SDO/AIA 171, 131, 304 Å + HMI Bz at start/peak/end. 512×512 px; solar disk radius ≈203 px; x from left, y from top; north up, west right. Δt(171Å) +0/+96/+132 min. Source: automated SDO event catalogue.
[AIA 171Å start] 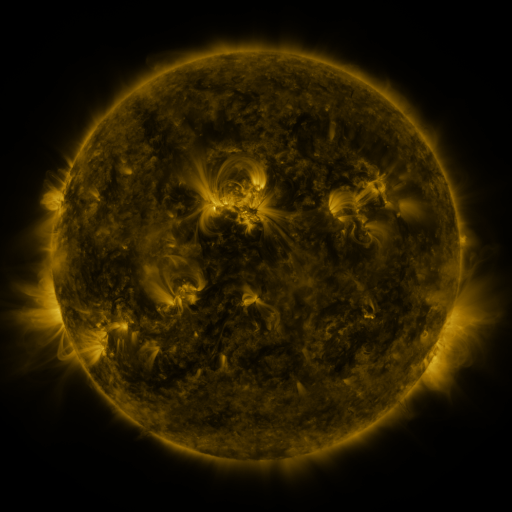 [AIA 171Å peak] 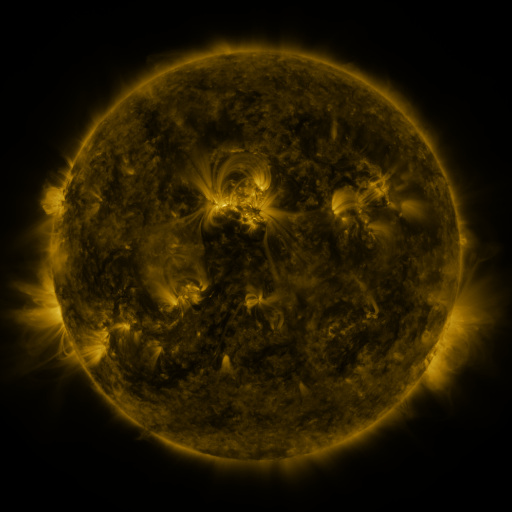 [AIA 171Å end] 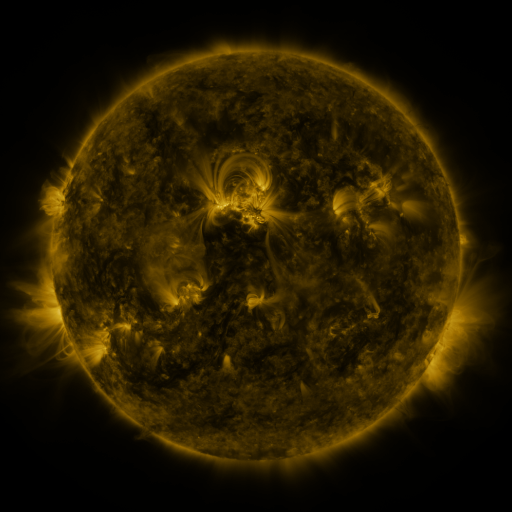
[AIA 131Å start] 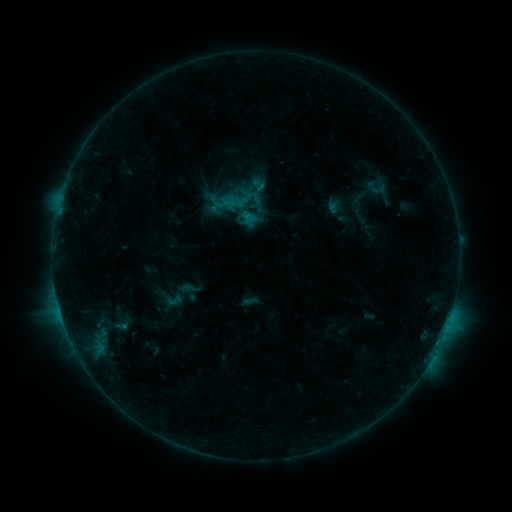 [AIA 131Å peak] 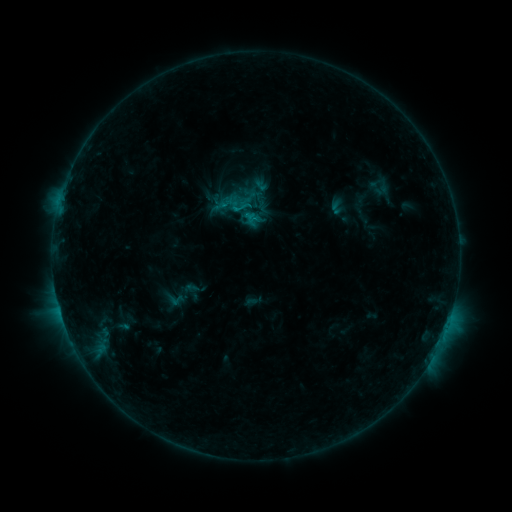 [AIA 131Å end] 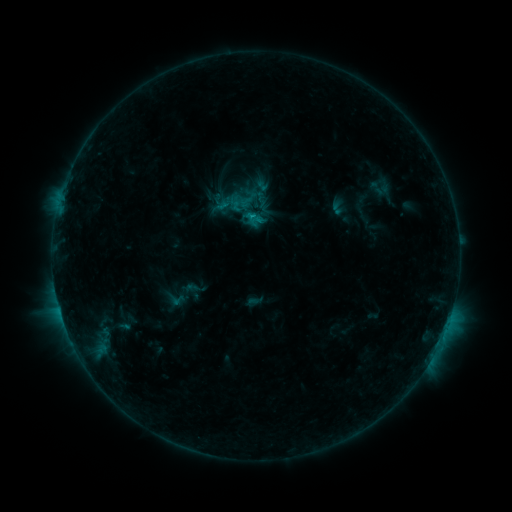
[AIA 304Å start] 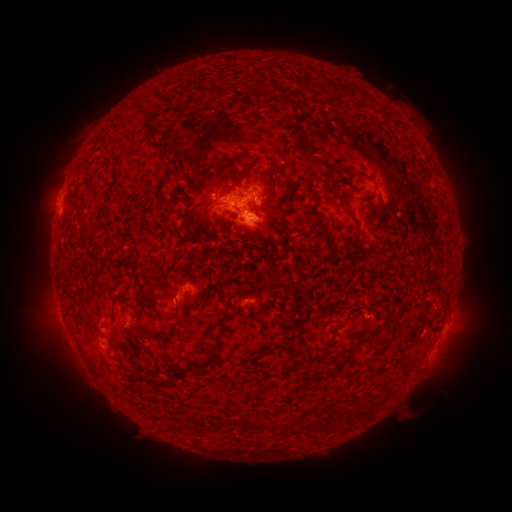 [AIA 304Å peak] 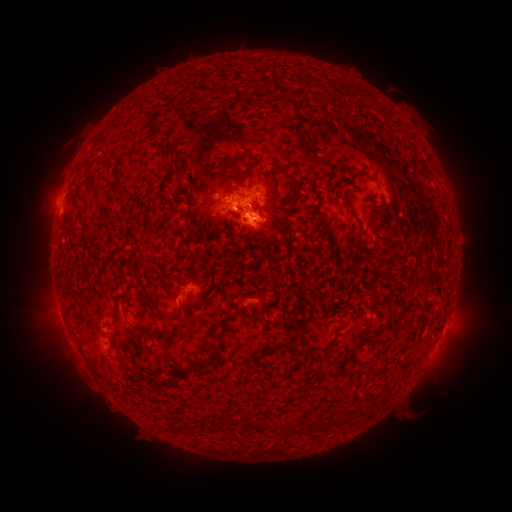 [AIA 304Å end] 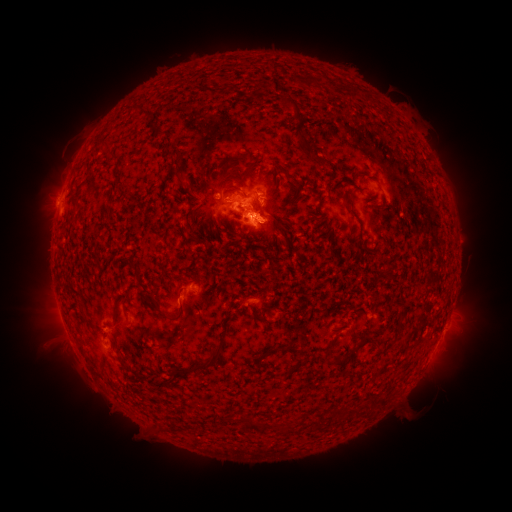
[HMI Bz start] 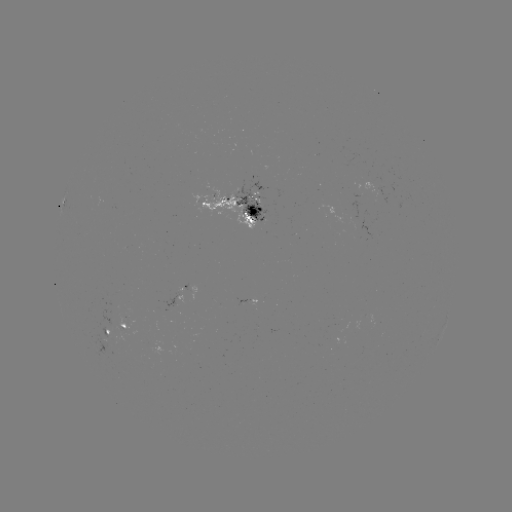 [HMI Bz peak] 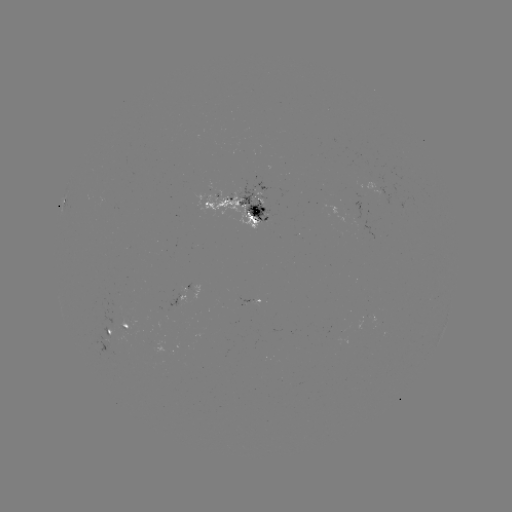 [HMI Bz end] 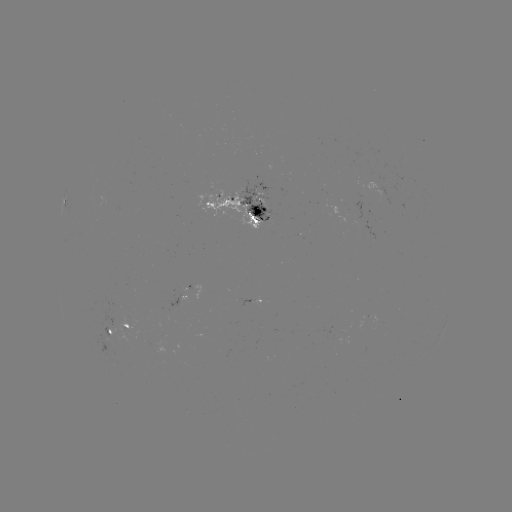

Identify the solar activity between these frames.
emerging-flux region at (108, 332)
